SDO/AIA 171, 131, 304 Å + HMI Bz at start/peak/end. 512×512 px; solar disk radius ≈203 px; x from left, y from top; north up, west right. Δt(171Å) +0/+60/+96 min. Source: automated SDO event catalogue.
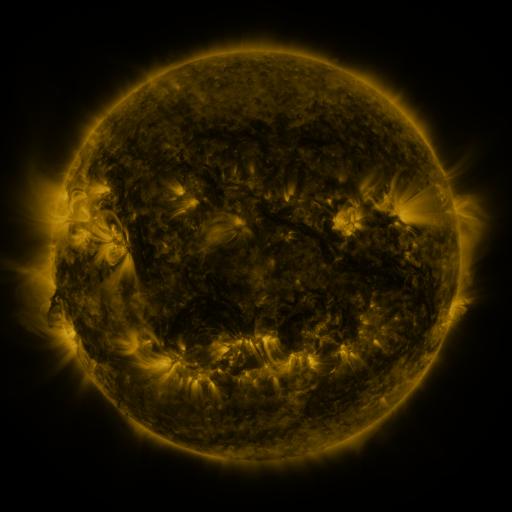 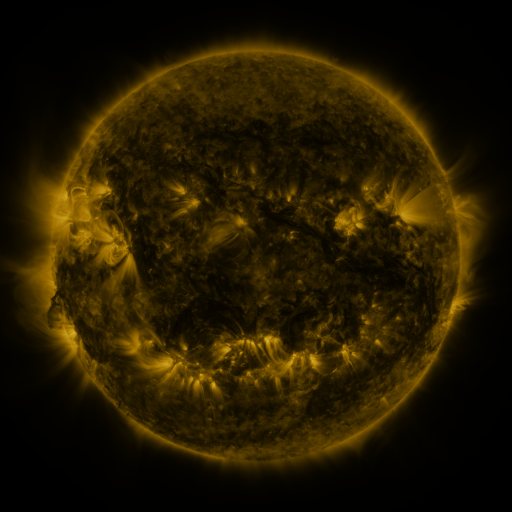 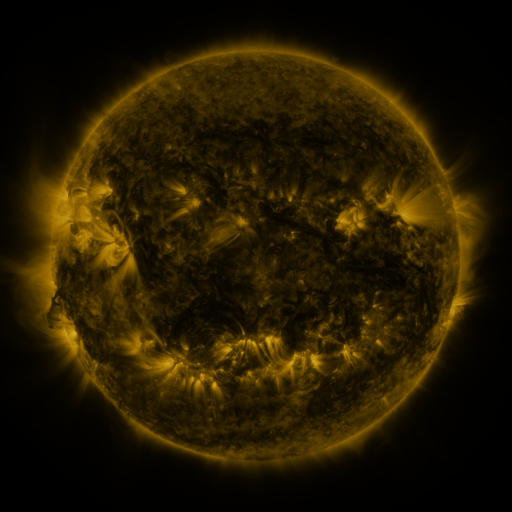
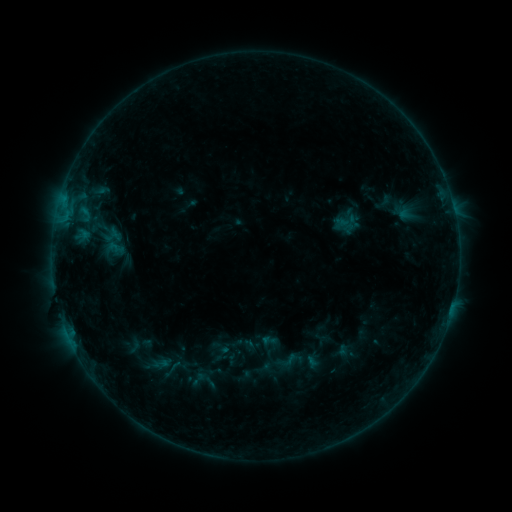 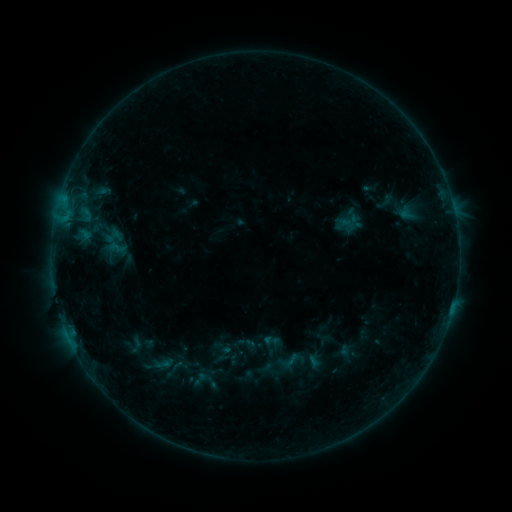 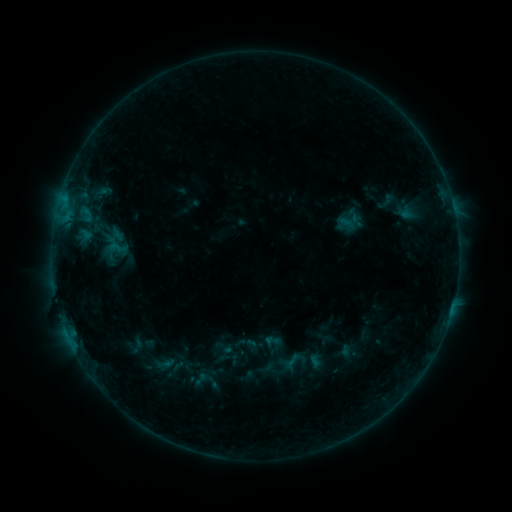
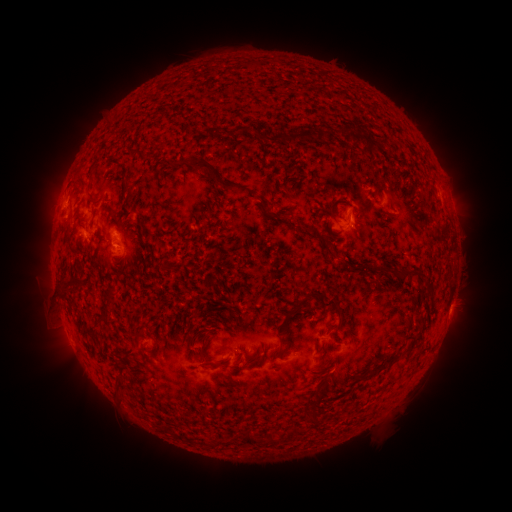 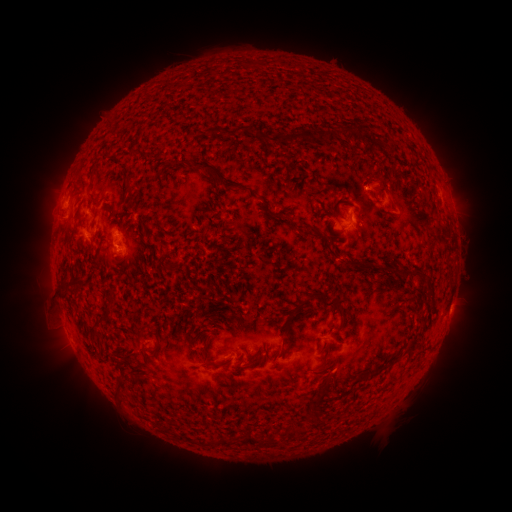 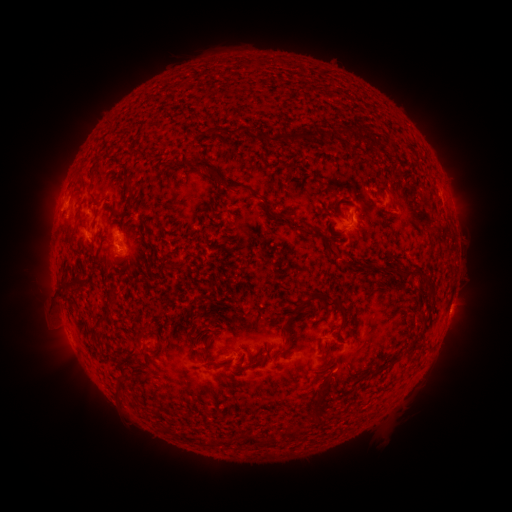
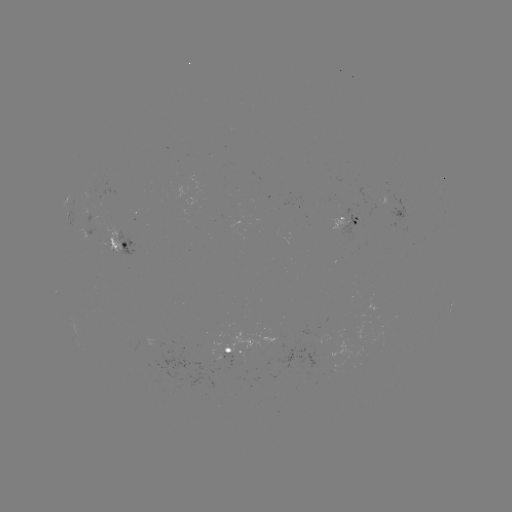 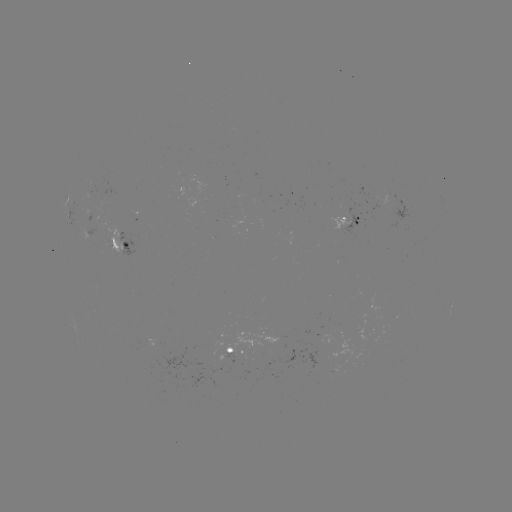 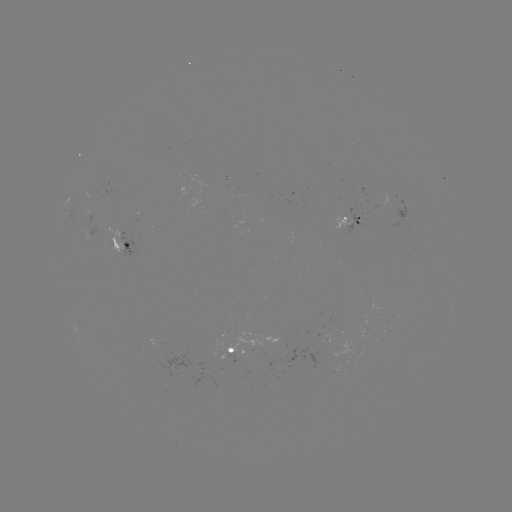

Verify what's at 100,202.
emerging-flux region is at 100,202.